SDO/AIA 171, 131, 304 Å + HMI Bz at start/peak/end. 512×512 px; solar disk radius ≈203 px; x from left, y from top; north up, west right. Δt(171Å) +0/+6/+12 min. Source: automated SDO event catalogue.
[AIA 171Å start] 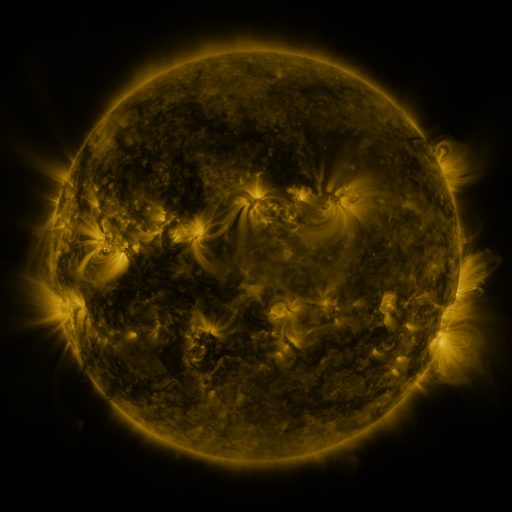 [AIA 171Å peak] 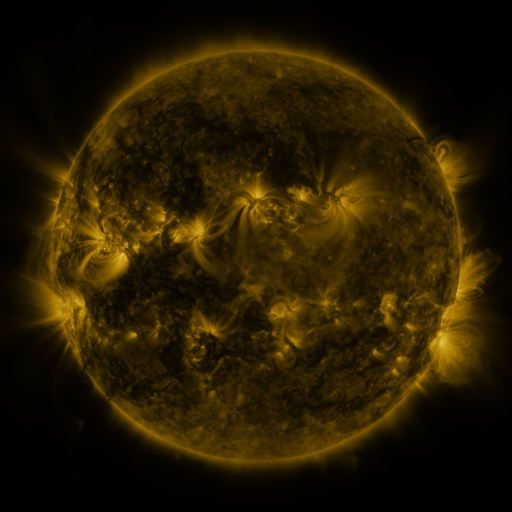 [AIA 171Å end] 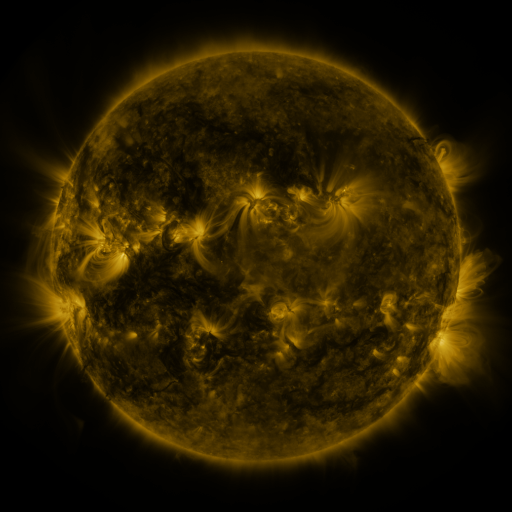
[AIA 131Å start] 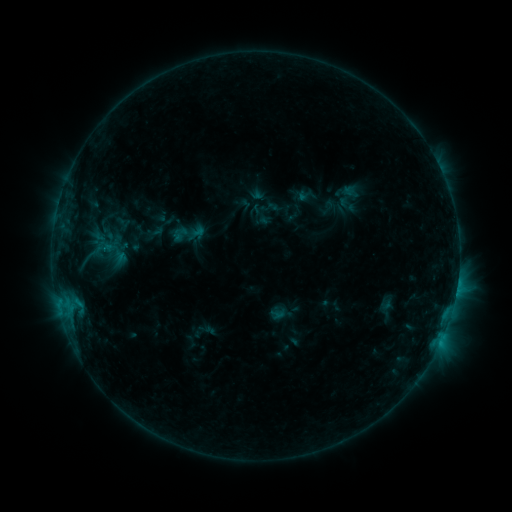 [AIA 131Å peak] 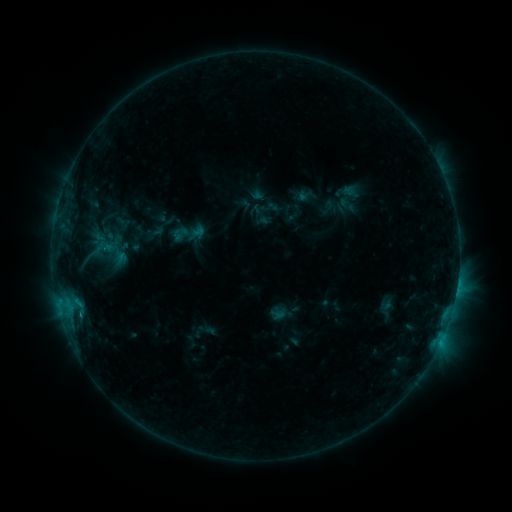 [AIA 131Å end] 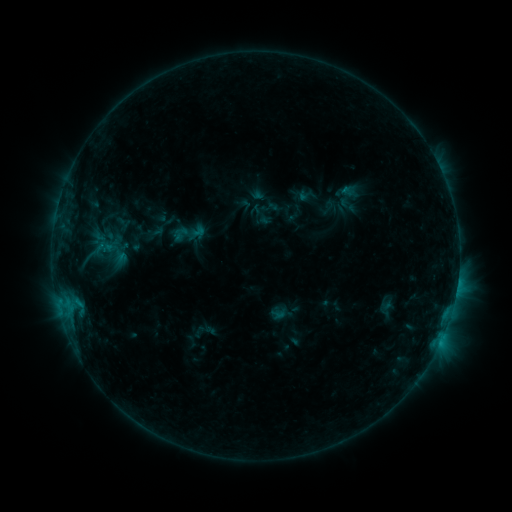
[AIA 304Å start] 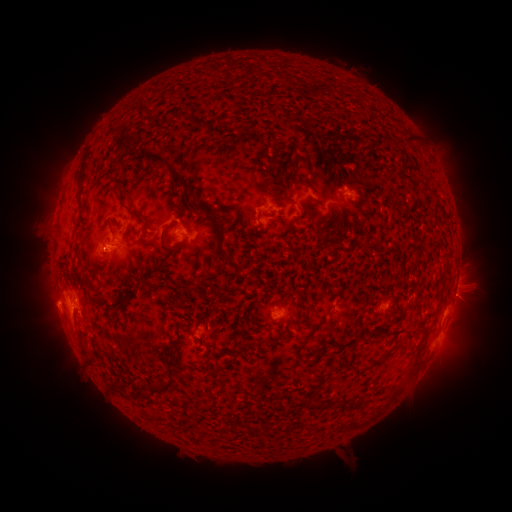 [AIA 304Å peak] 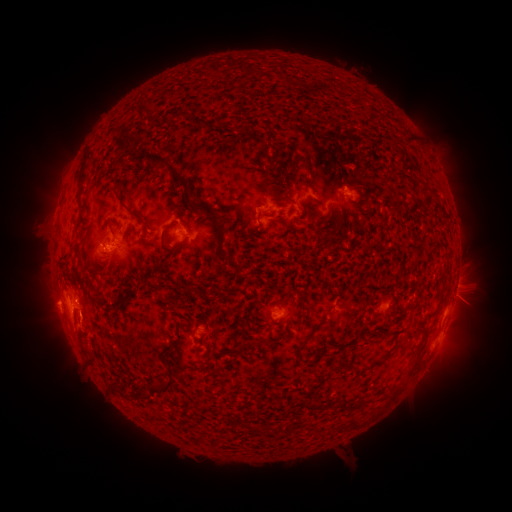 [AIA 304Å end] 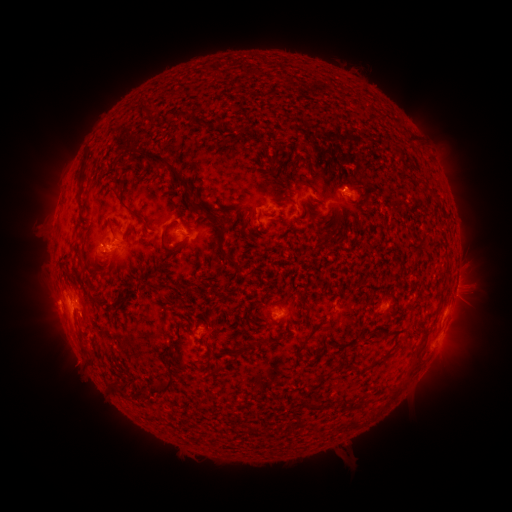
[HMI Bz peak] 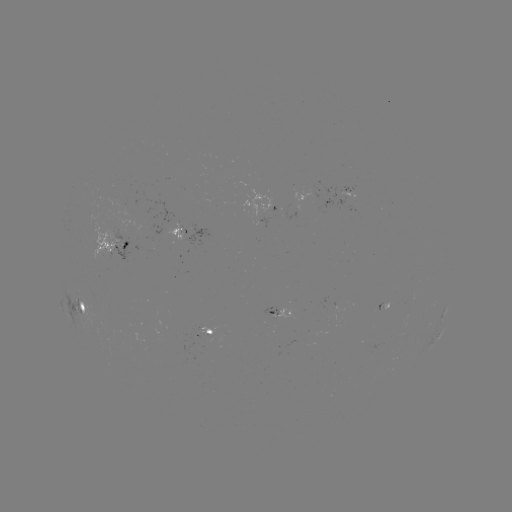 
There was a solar eruption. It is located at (81, 331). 